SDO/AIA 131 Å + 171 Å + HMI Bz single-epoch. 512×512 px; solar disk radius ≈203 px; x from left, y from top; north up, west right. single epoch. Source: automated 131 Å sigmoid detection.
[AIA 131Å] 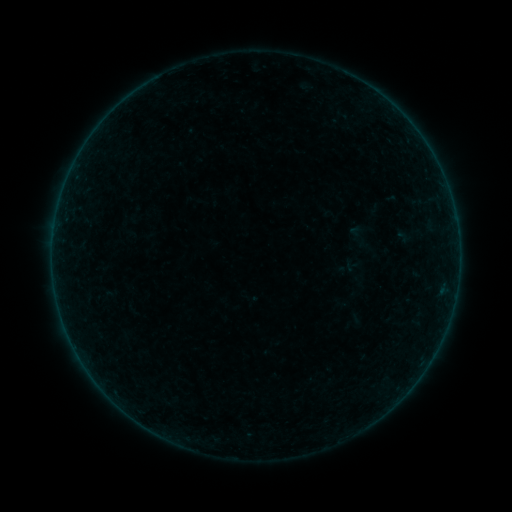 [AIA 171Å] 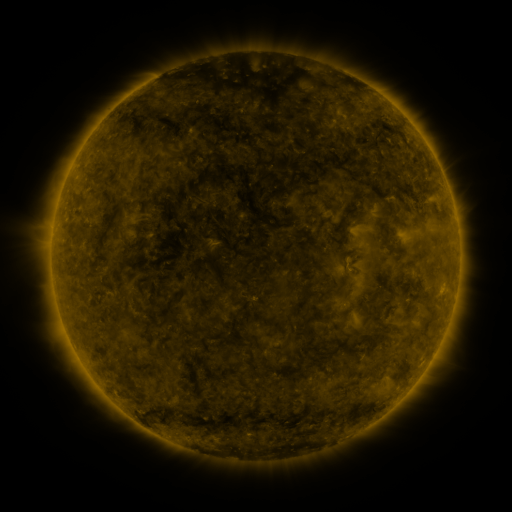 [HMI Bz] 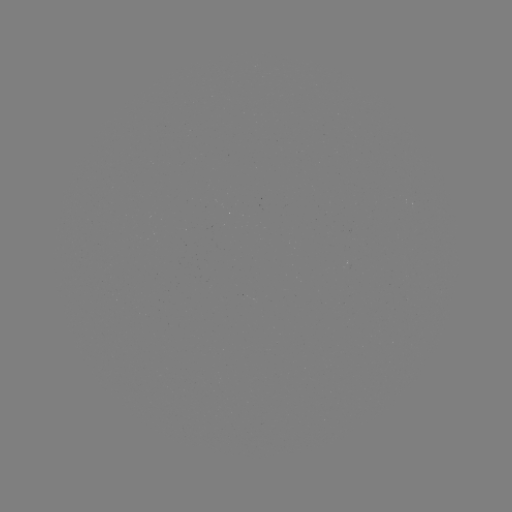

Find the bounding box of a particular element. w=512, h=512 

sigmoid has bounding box [340, 256, 360, 276].